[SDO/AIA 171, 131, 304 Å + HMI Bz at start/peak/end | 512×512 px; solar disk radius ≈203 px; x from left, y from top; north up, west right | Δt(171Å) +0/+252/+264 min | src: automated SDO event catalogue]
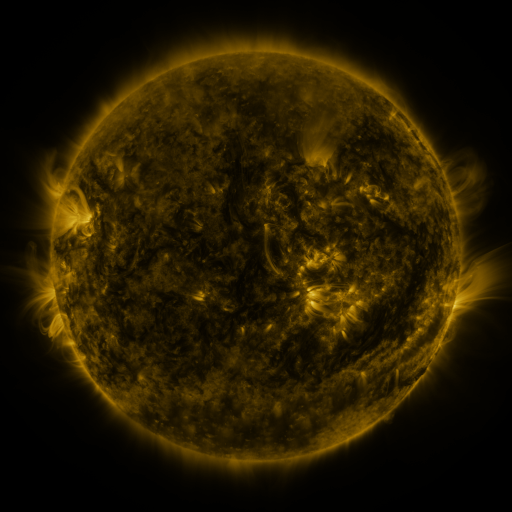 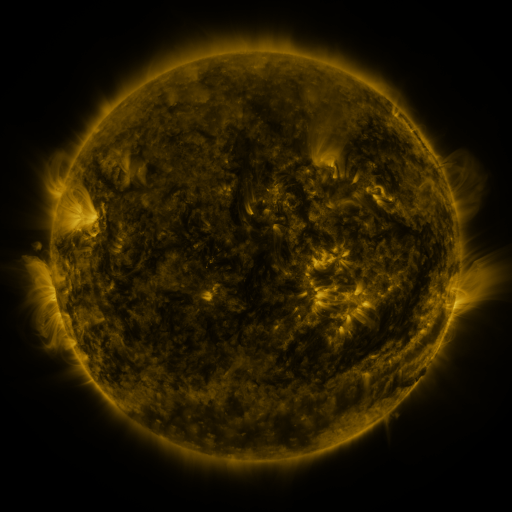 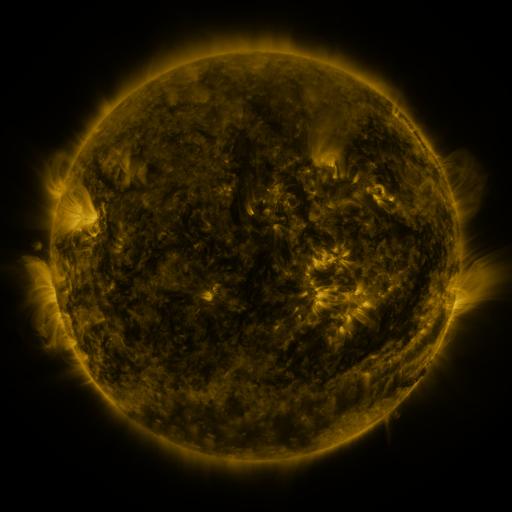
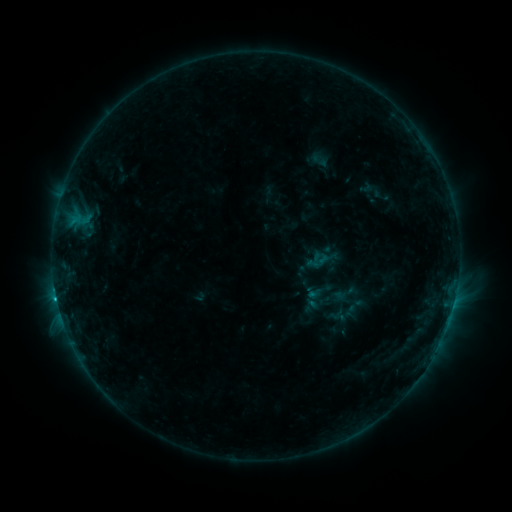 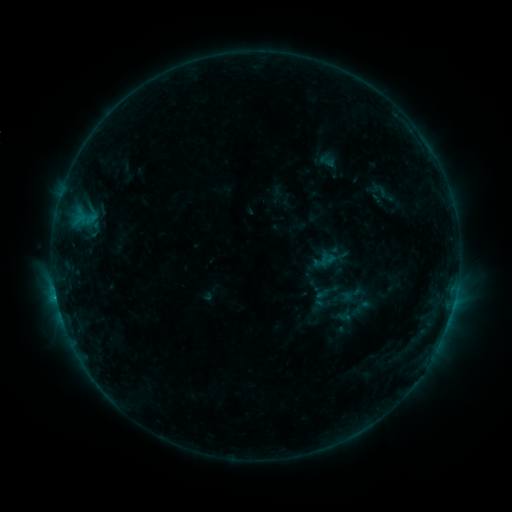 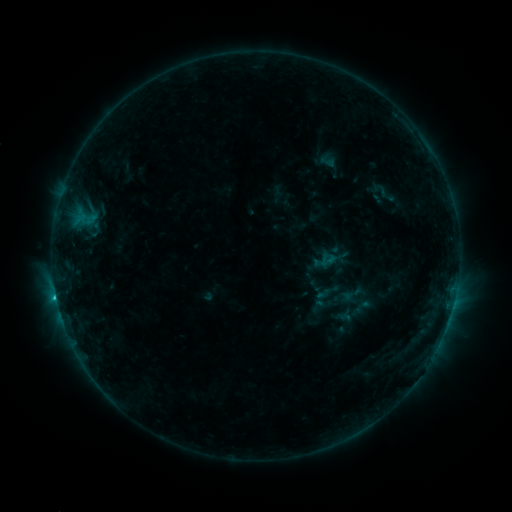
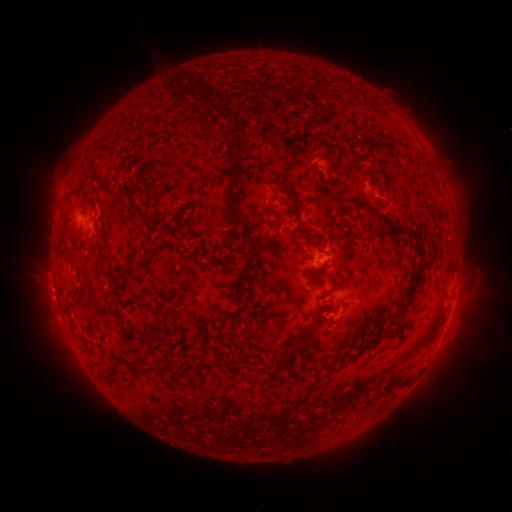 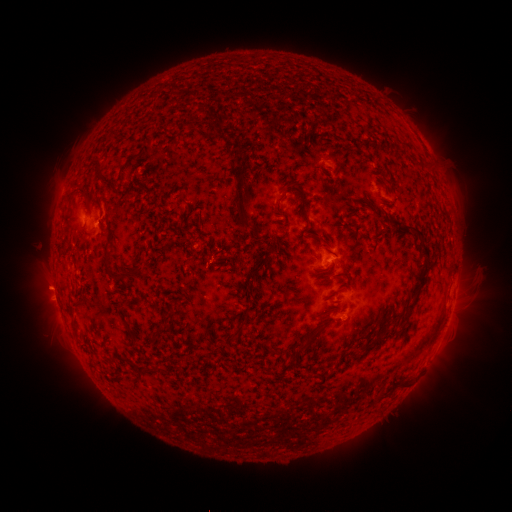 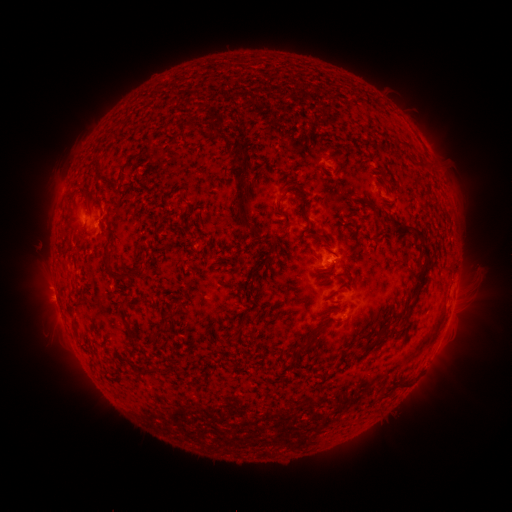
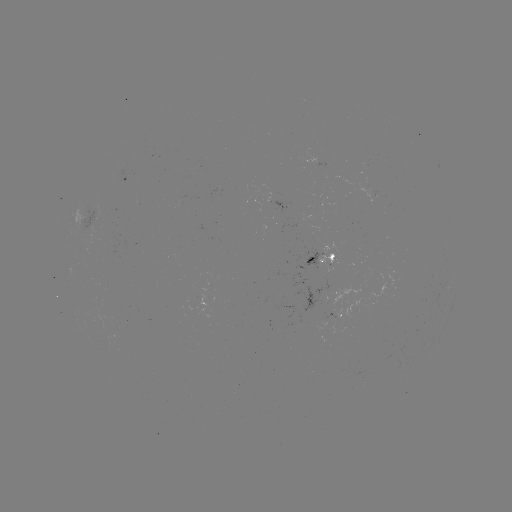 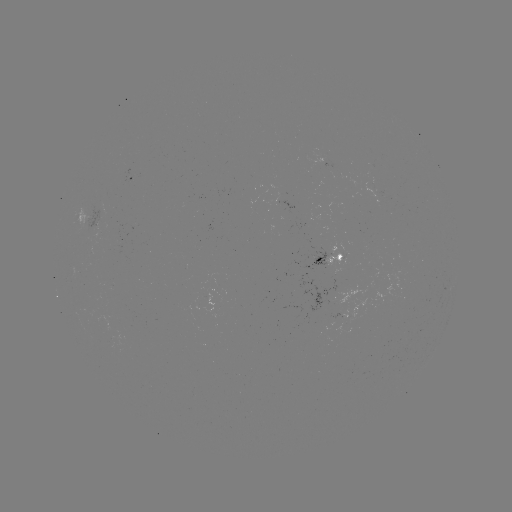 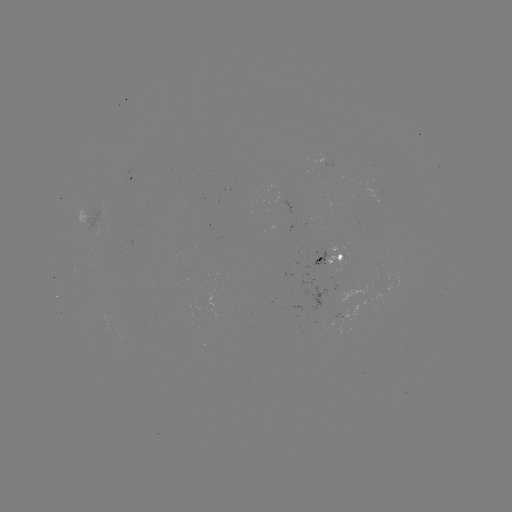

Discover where emerging-flux region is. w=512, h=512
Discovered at [333, 258].